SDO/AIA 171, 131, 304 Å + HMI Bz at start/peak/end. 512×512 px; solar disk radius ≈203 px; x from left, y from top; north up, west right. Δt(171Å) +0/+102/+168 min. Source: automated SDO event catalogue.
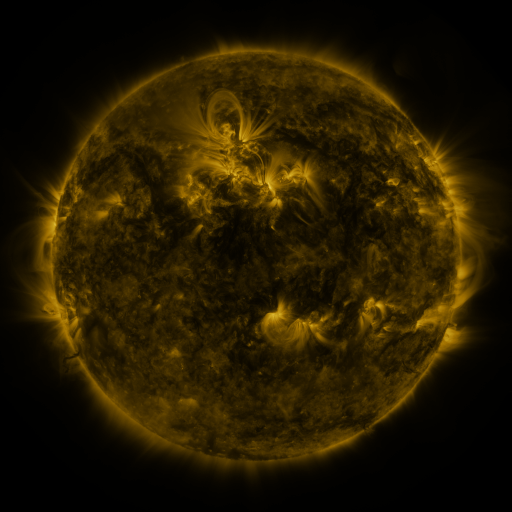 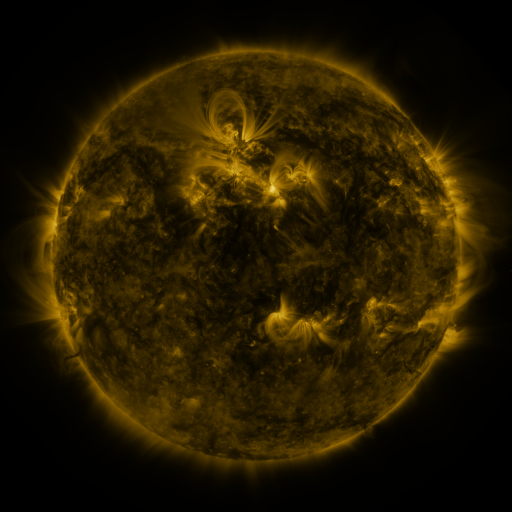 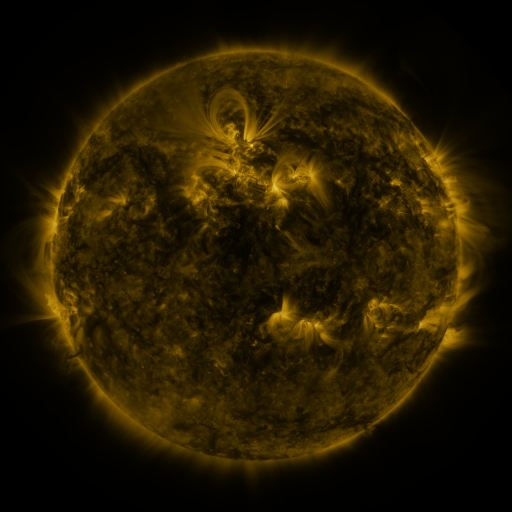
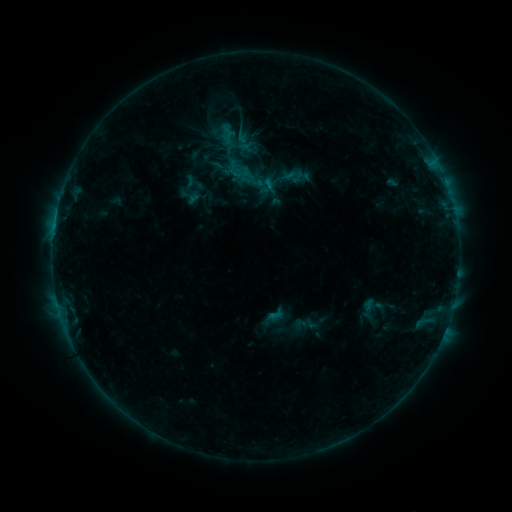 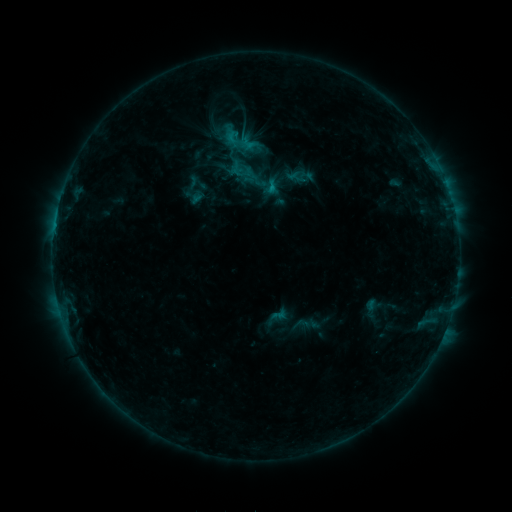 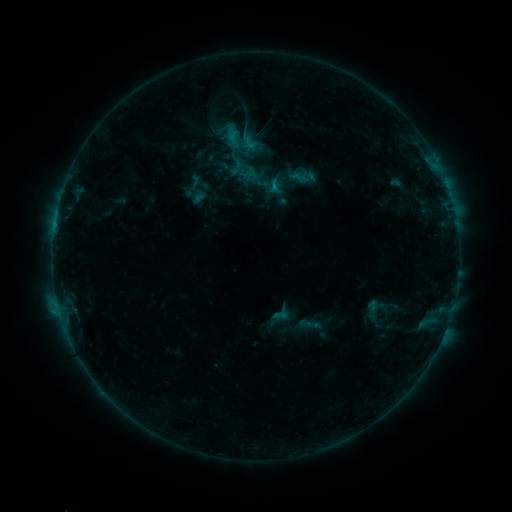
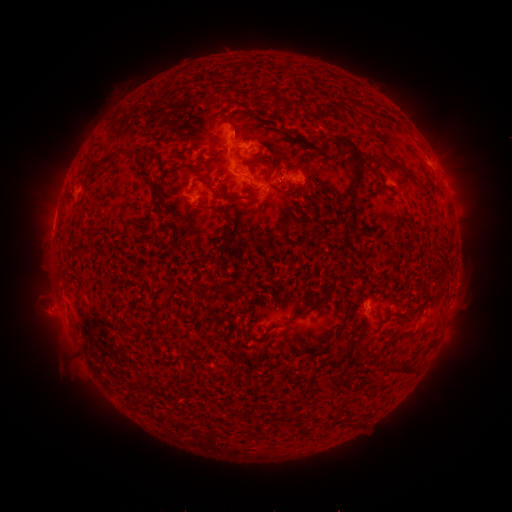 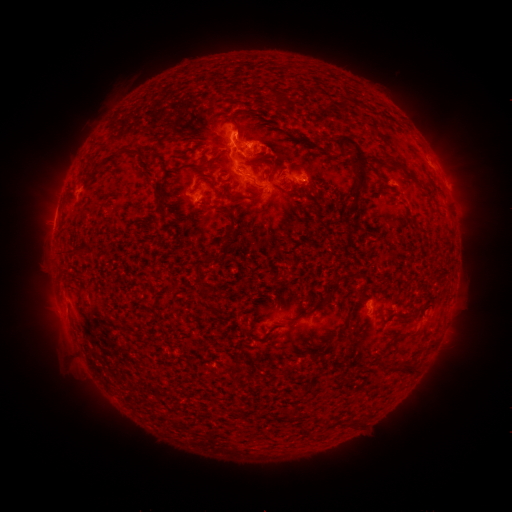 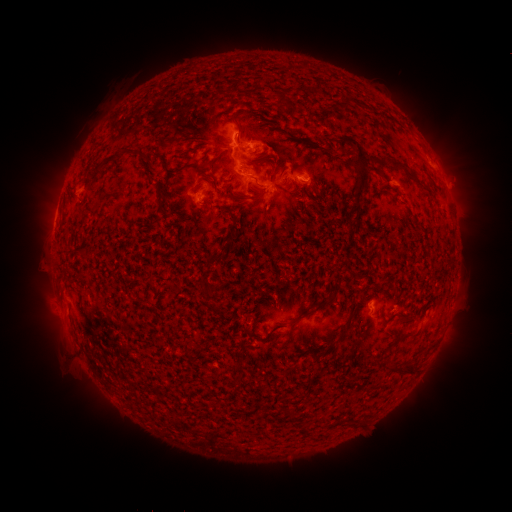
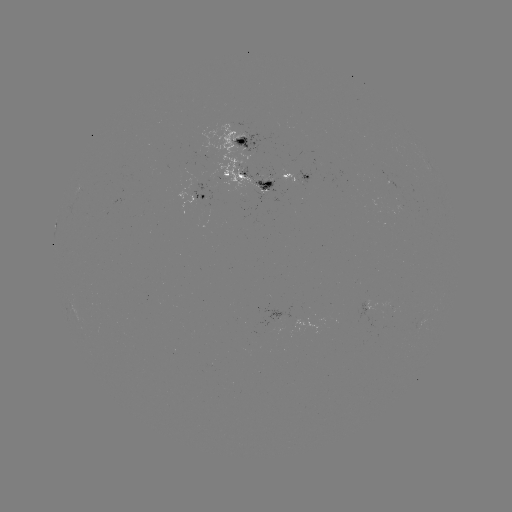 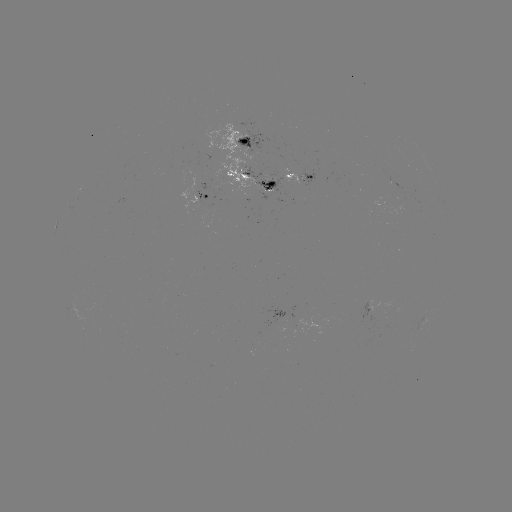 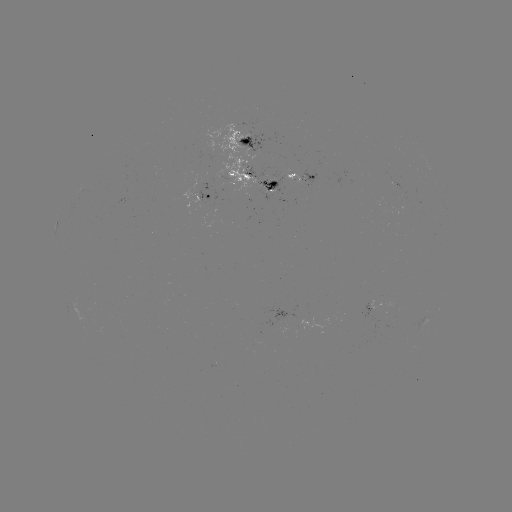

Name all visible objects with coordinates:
C1.4 flare: (269, 189)
